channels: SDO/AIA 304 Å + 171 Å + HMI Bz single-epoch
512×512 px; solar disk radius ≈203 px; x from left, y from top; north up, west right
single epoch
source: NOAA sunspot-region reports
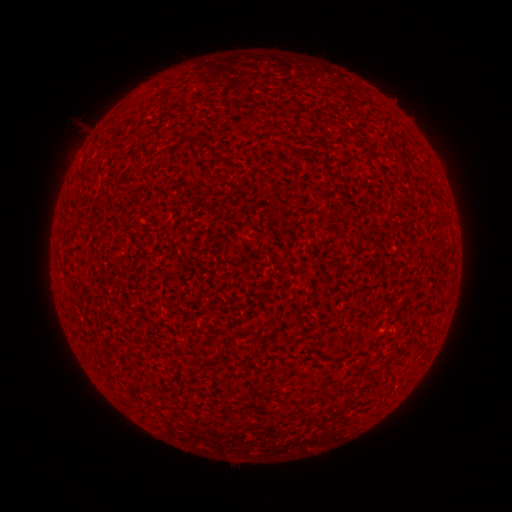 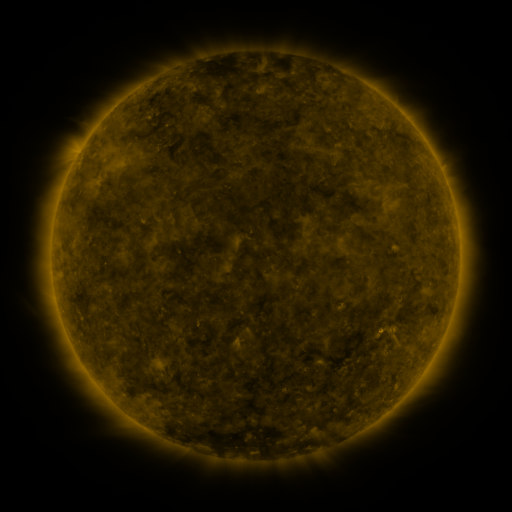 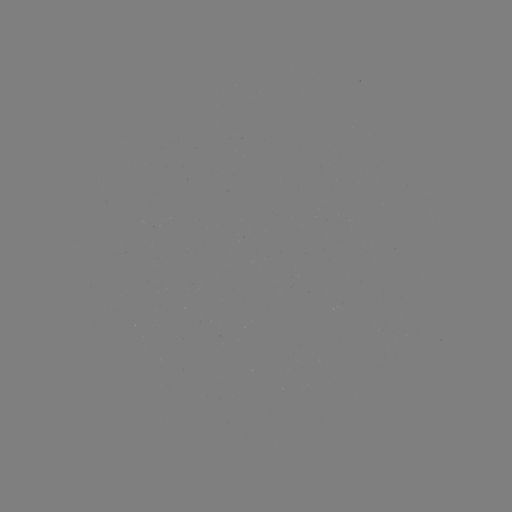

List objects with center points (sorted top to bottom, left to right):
(none)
